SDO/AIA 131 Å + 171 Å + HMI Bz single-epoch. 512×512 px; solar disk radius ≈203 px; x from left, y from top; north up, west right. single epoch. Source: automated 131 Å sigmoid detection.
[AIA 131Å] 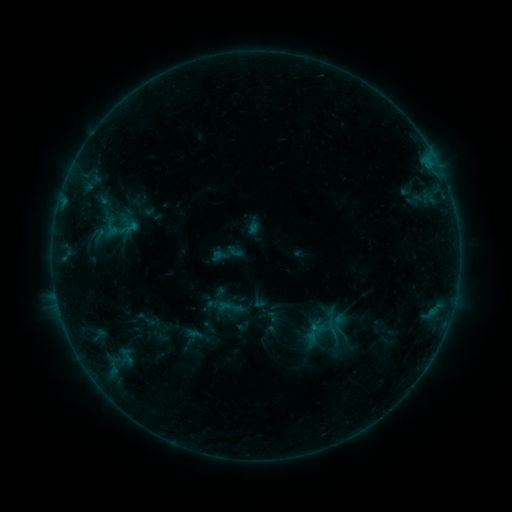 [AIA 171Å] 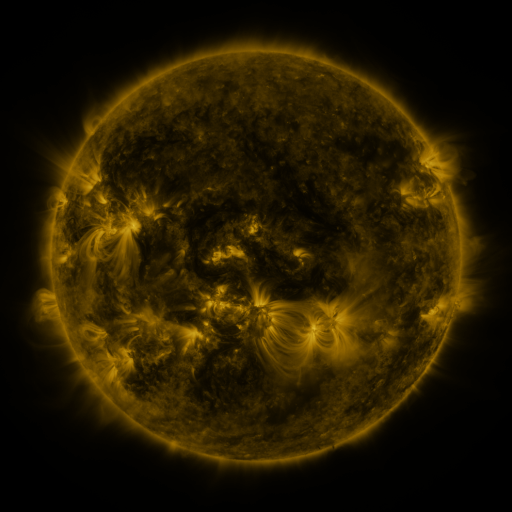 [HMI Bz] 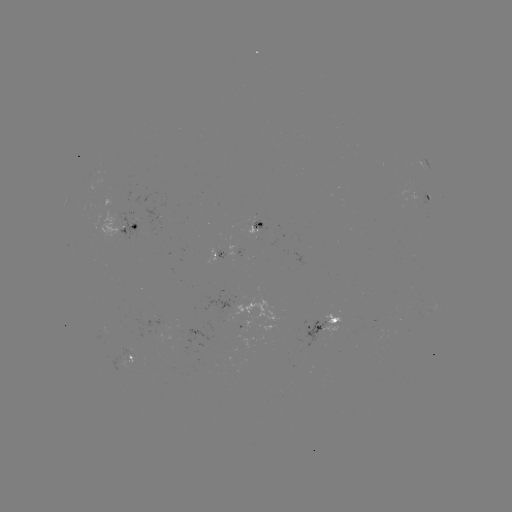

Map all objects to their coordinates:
sigmoid: <bbox>226, 242, 244, 260</bbox>
sigmoid: <bbox>215, 293, 245, 322</bbox>
